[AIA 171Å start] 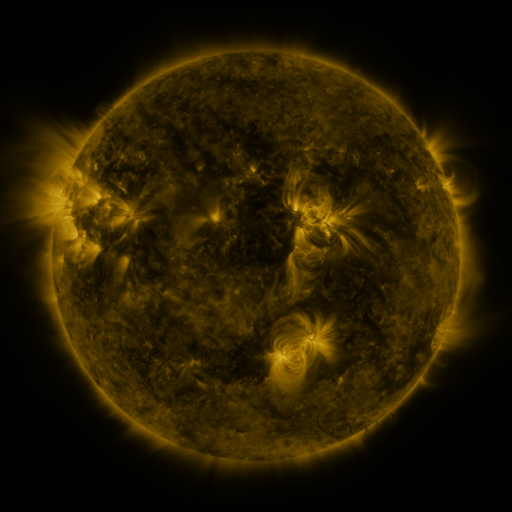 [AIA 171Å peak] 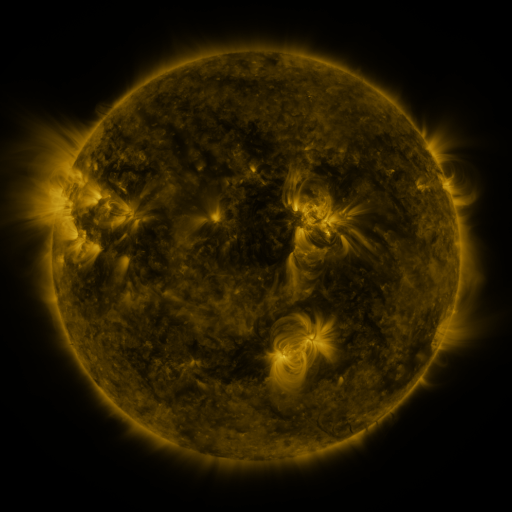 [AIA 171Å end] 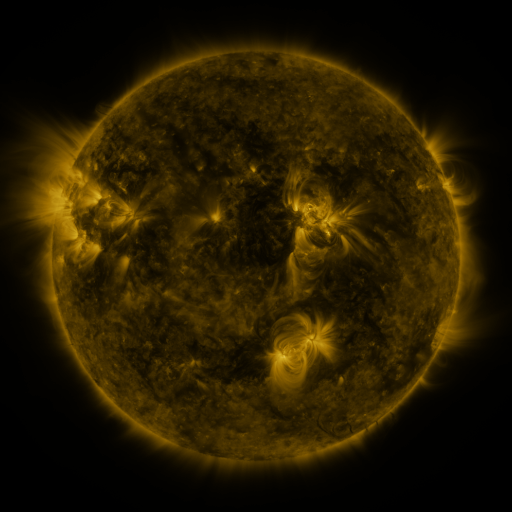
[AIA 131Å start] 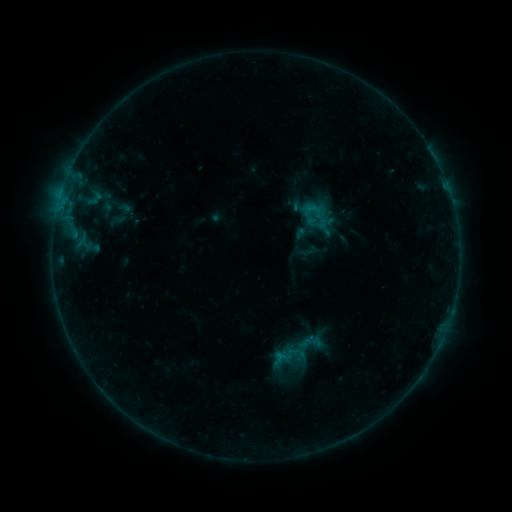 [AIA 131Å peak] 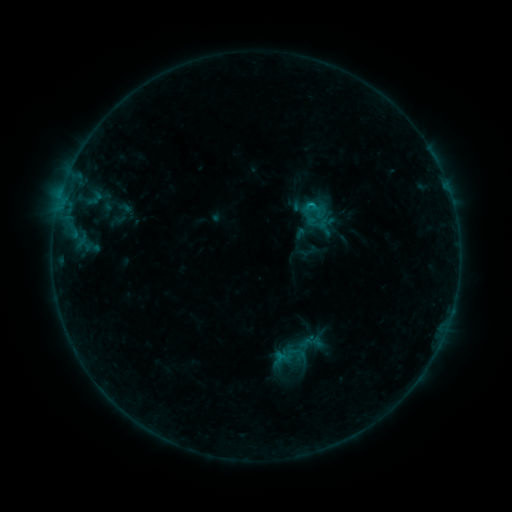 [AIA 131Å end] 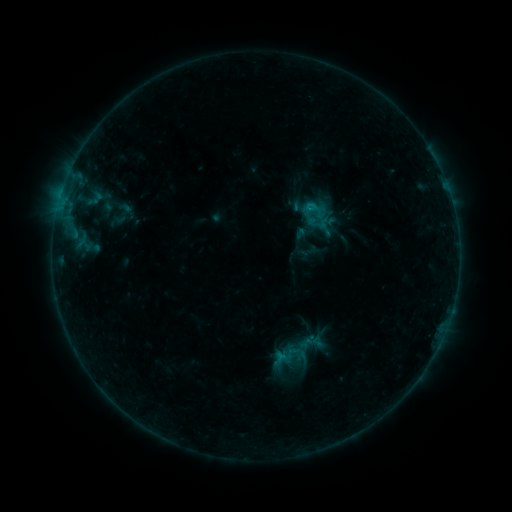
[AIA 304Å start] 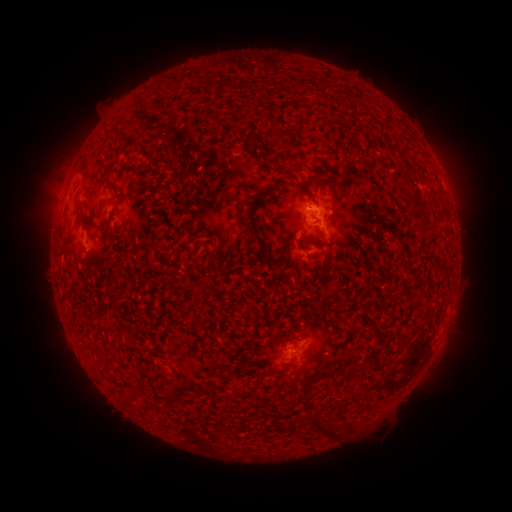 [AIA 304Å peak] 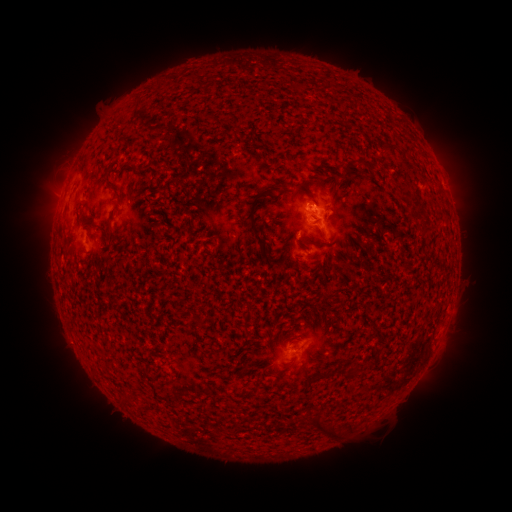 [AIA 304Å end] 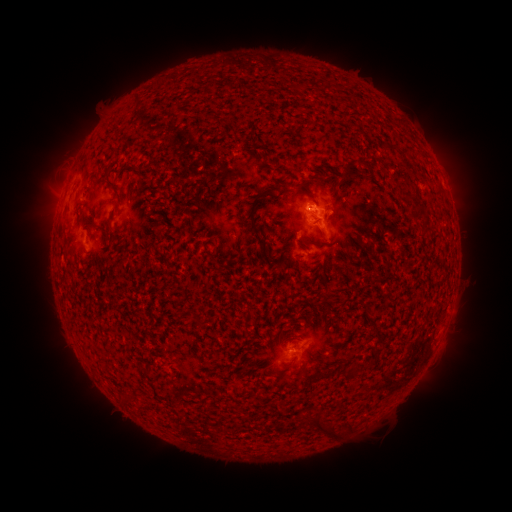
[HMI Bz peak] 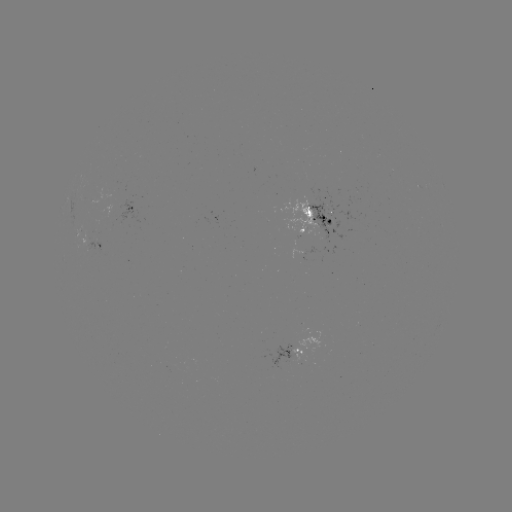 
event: flare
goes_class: B5.4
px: (308, 205)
